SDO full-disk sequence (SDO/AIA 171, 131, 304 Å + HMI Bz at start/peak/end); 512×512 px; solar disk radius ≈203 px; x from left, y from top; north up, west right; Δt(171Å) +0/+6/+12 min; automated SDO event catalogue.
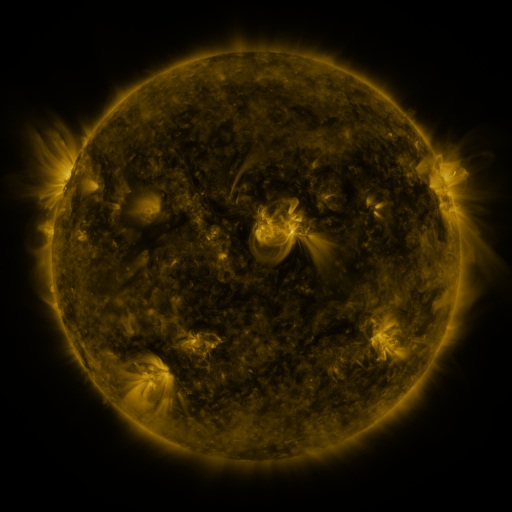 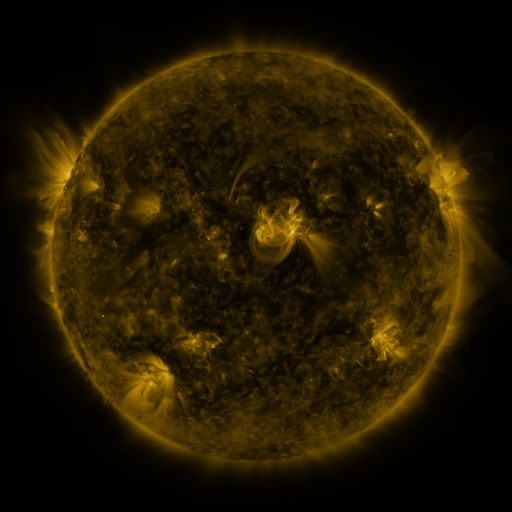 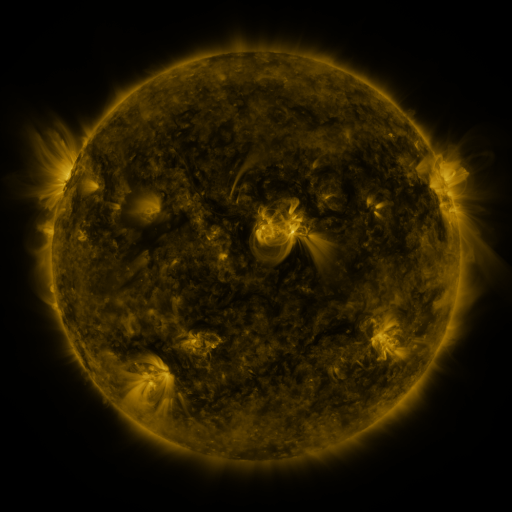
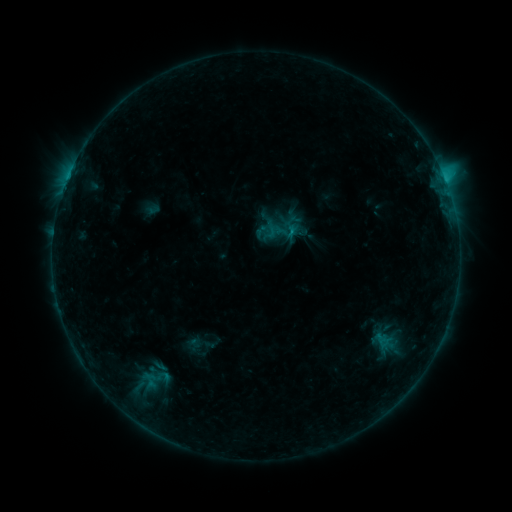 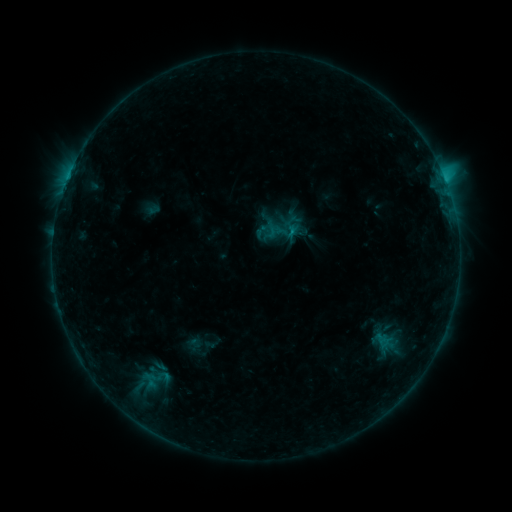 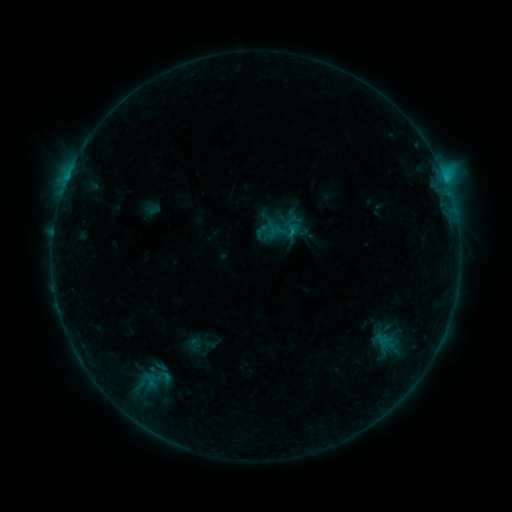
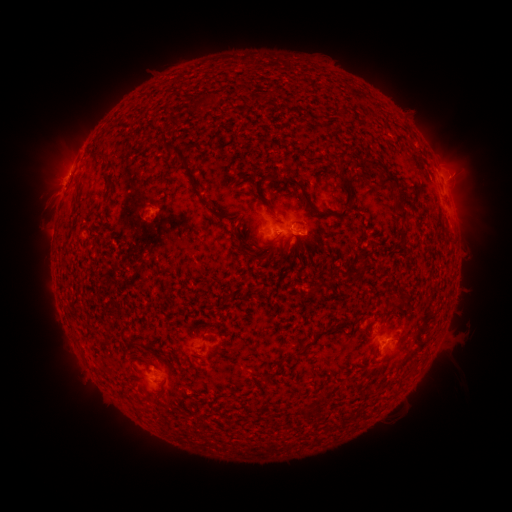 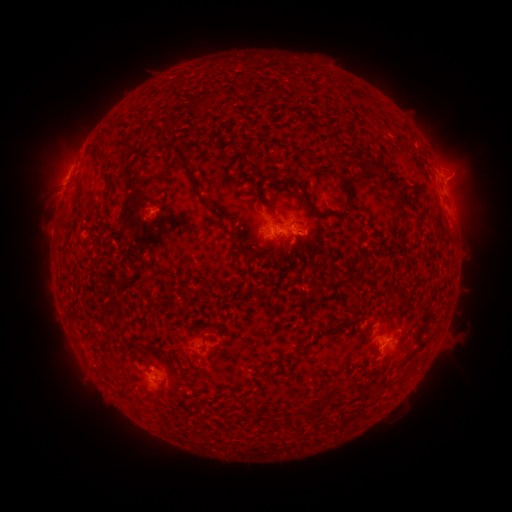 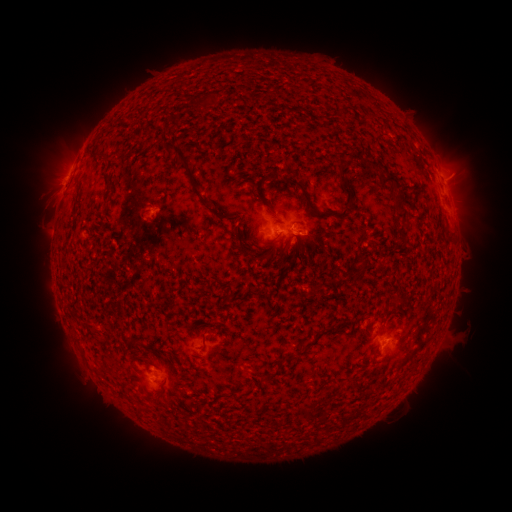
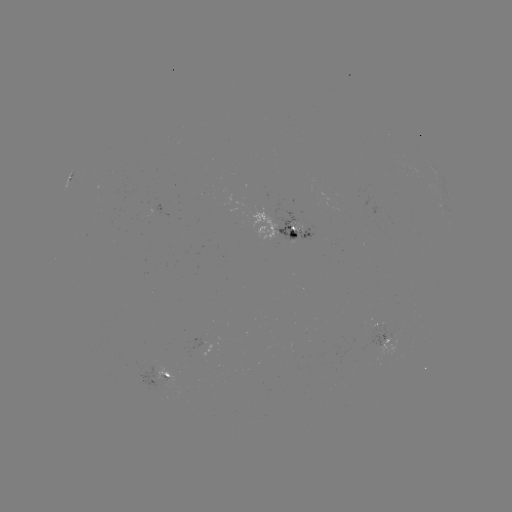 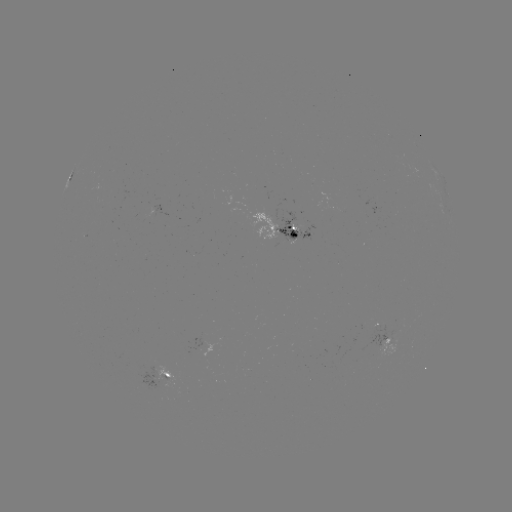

nothing was catalogued: no classed flare, no EUV trigger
